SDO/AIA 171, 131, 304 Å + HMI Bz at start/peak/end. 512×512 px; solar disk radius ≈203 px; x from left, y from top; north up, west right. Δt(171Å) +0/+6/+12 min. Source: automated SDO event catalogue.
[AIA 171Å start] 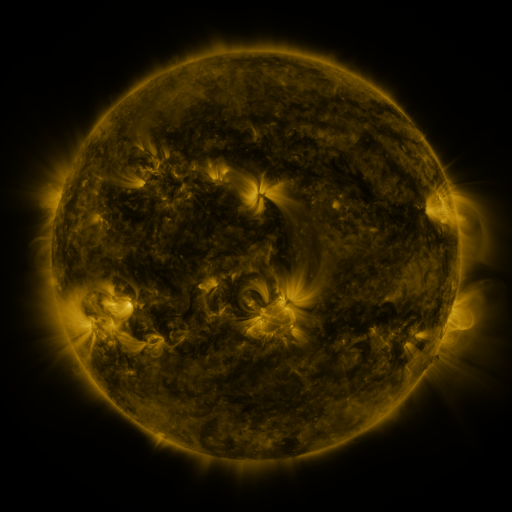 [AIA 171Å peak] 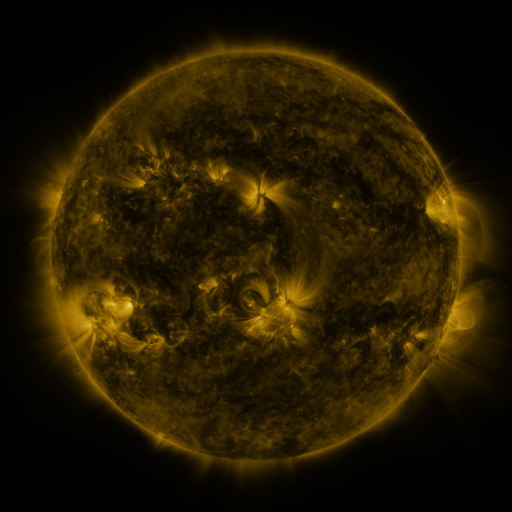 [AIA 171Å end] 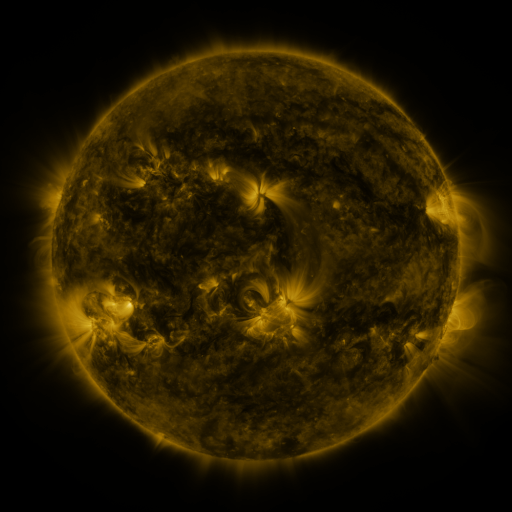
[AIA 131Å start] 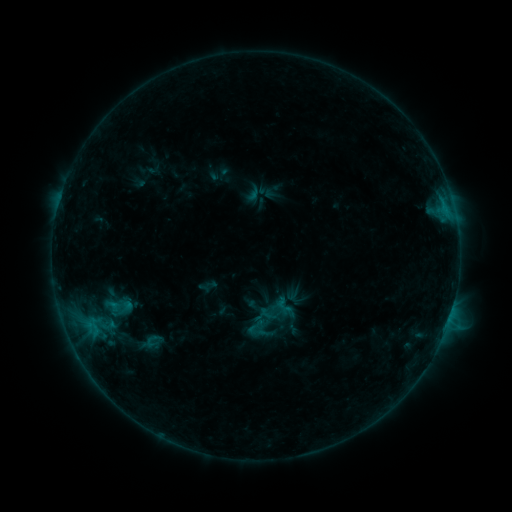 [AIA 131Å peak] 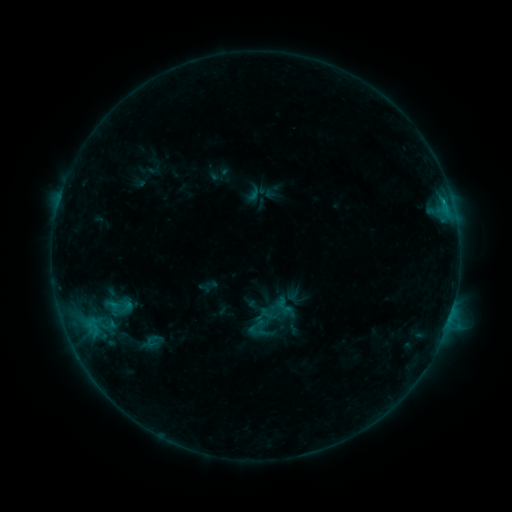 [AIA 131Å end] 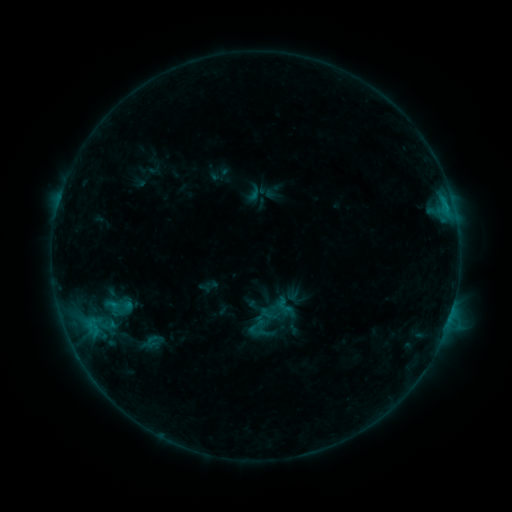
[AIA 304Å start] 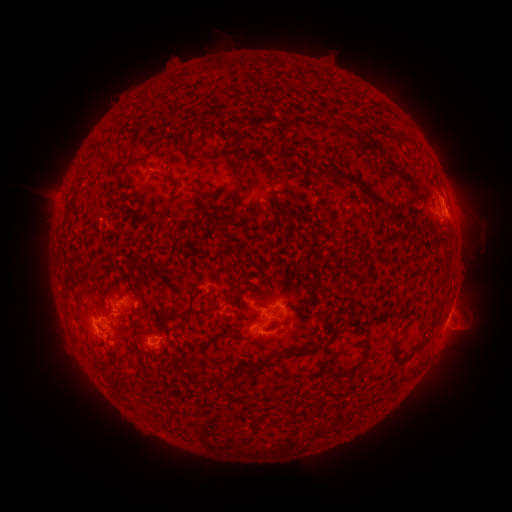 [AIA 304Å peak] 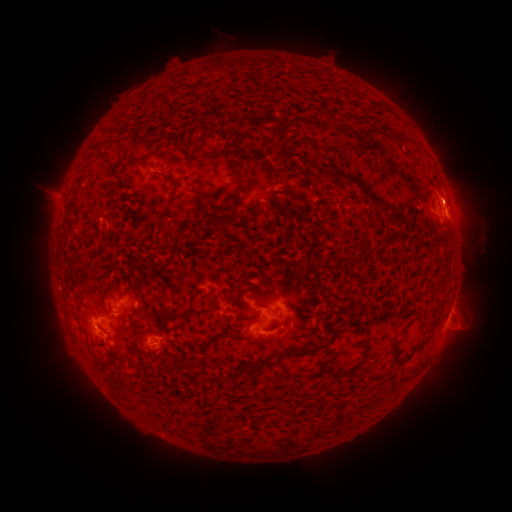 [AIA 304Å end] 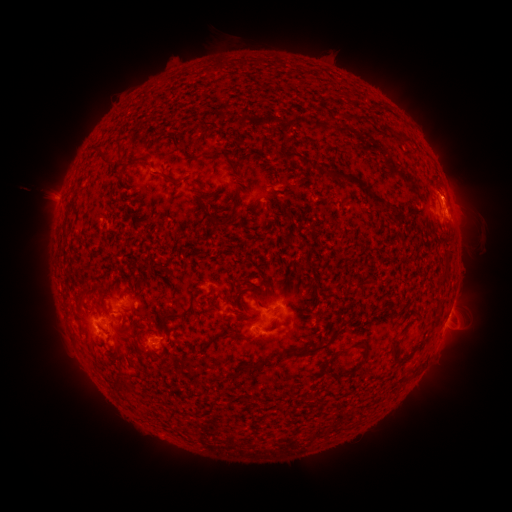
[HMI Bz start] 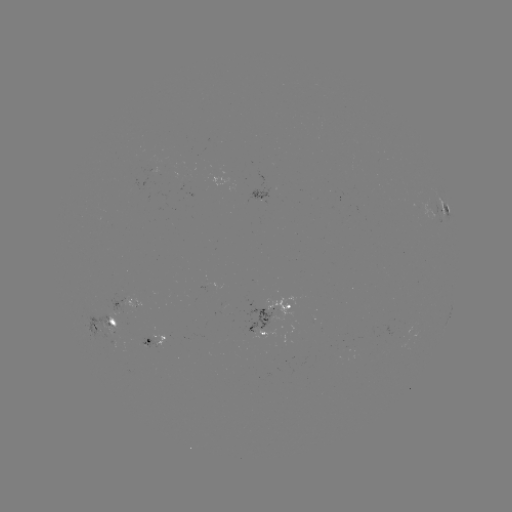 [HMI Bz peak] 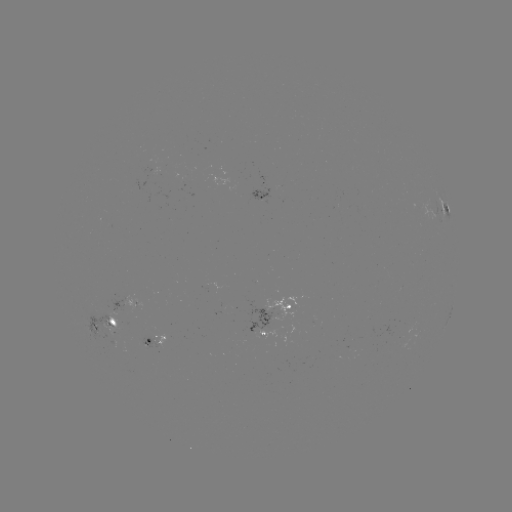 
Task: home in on eruption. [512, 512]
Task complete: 454,192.